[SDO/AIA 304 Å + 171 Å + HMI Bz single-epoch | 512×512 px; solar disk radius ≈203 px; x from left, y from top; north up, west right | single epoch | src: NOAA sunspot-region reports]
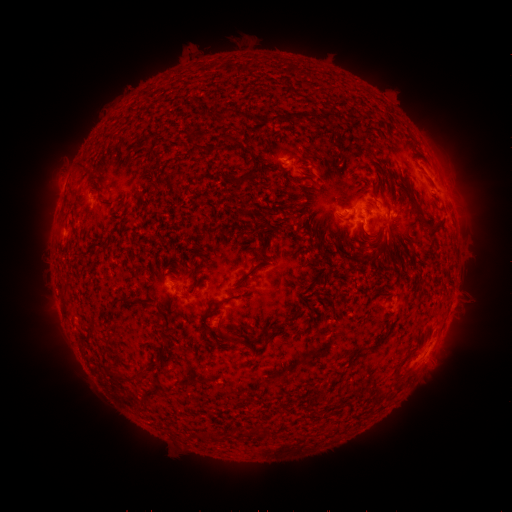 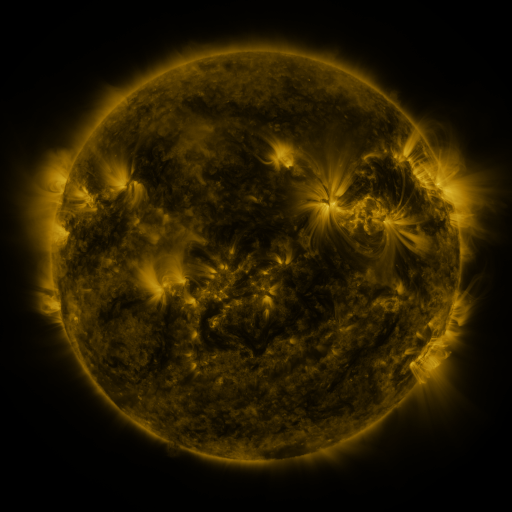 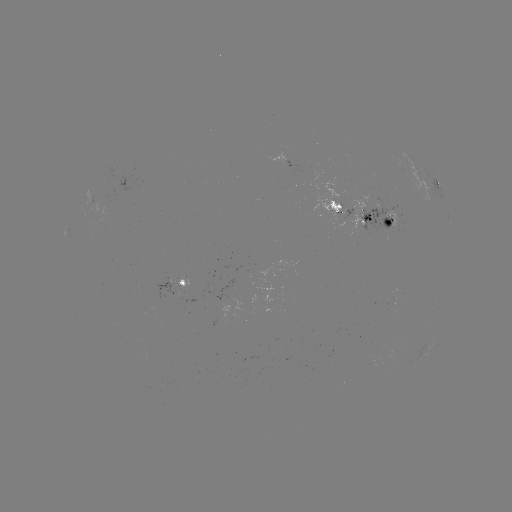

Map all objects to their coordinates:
spotted active region: (302, 167)
spotted active region: (438, 185)
spotted active region: (366, 220)
spotted active region: (184, 282)
